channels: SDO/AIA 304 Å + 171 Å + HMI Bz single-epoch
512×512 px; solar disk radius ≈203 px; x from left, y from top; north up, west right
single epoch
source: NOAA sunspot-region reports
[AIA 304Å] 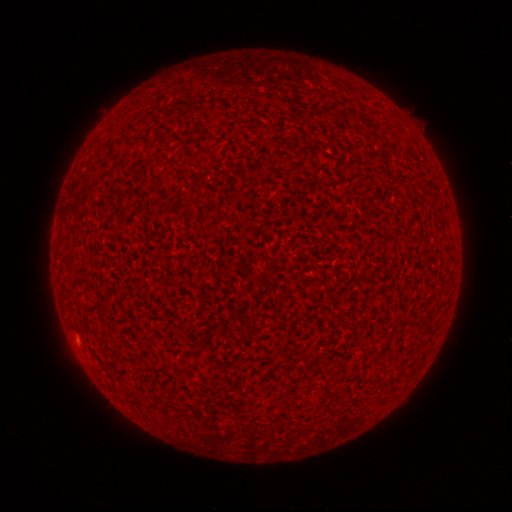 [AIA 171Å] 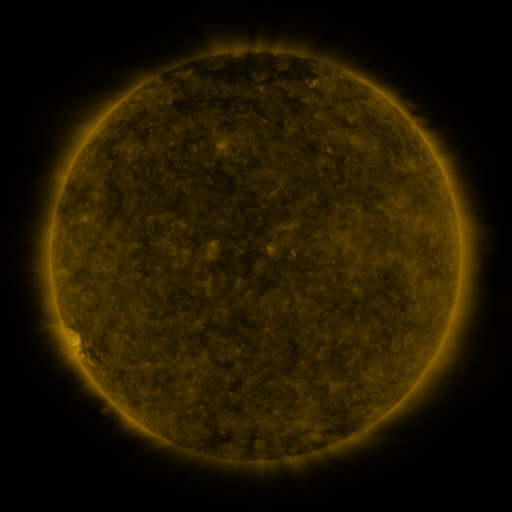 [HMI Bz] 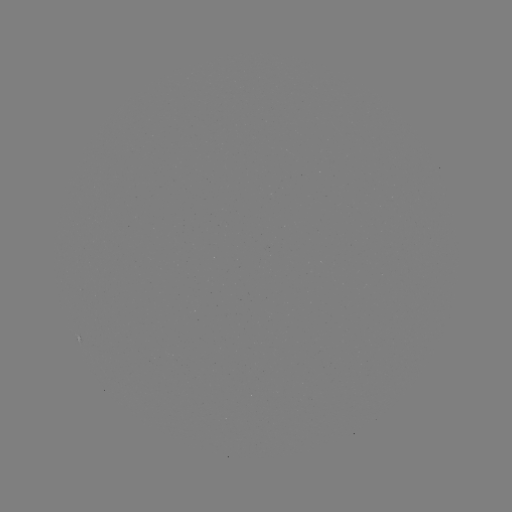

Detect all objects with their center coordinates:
(none)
